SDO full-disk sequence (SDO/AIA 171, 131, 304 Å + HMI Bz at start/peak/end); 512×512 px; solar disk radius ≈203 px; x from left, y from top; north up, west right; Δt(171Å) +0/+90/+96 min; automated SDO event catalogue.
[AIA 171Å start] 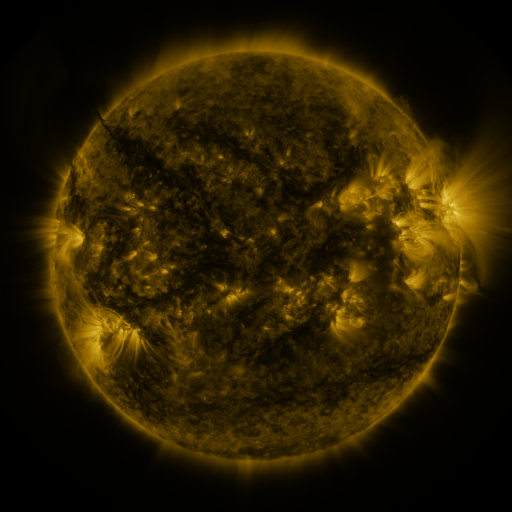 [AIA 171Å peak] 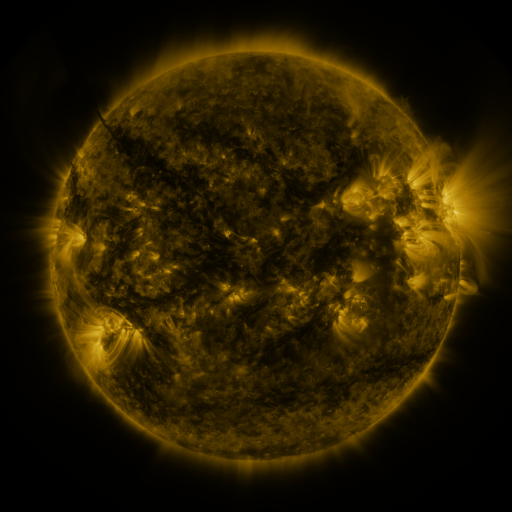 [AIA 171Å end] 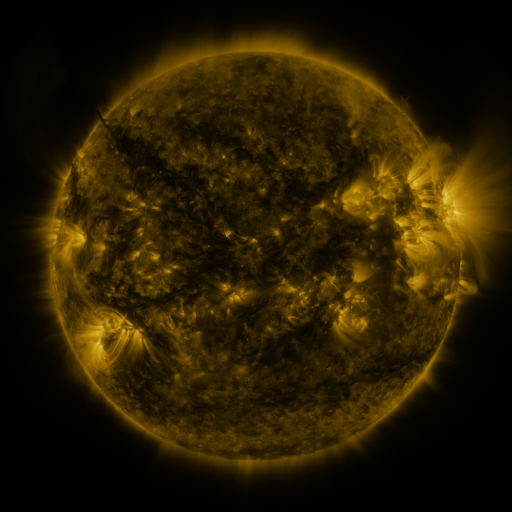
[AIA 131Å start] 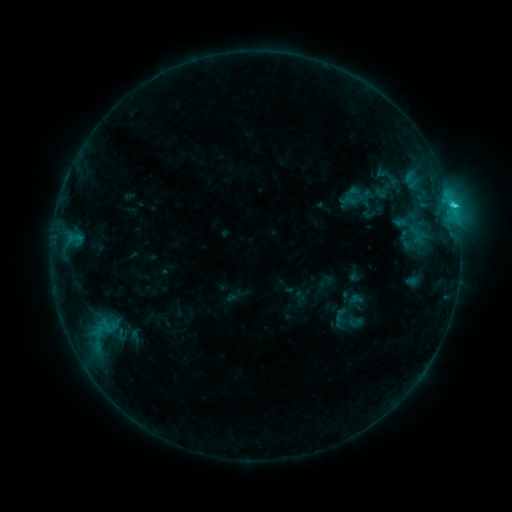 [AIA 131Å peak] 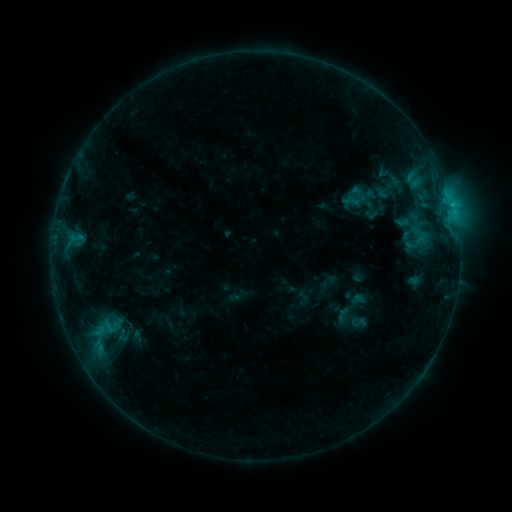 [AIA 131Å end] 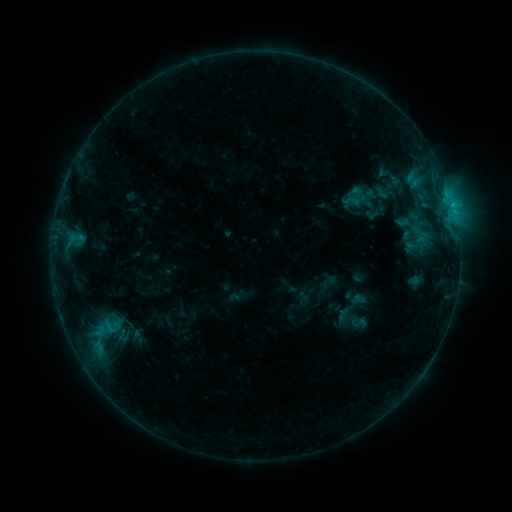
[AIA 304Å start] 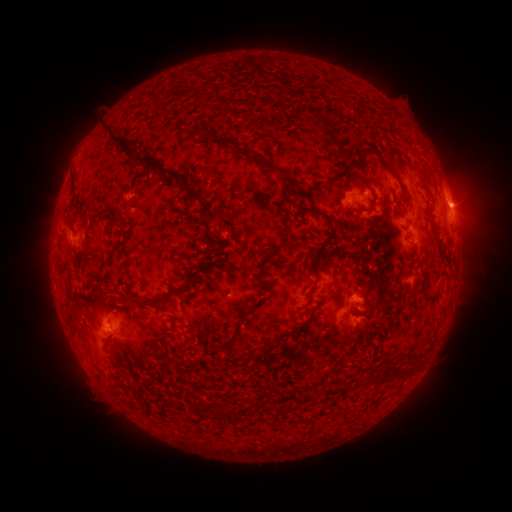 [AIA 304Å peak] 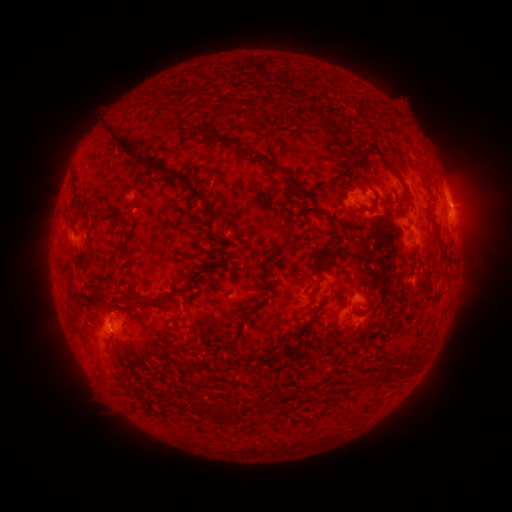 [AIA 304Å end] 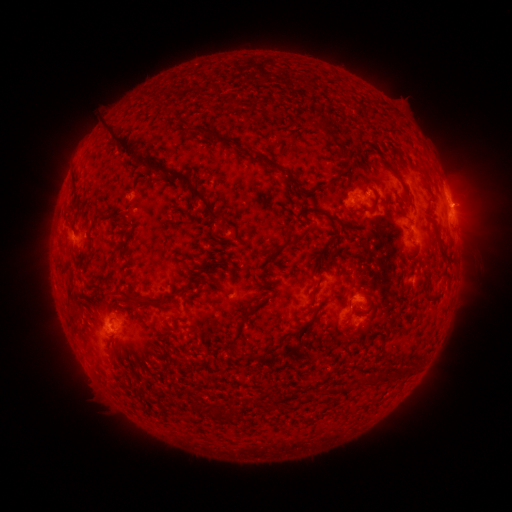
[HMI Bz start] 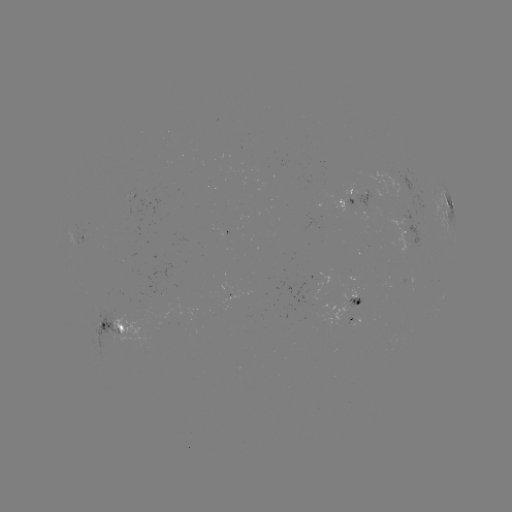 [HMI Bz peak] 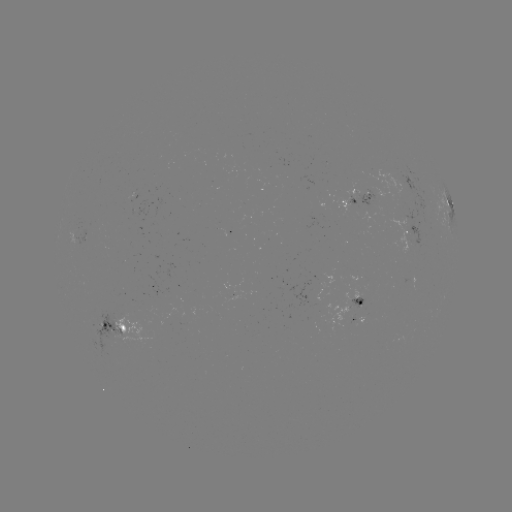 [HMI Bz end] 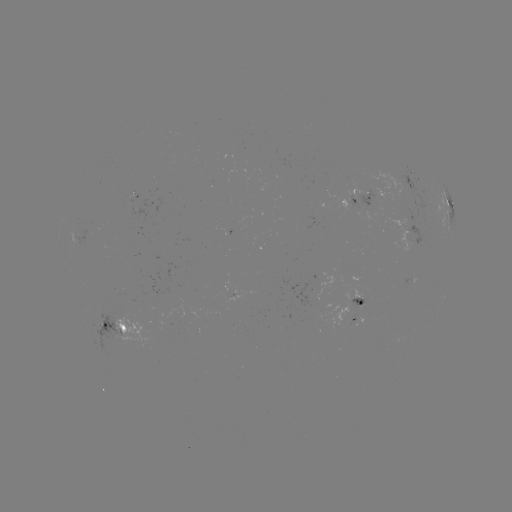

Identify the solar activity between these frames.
emerging-flux region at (84, 237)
